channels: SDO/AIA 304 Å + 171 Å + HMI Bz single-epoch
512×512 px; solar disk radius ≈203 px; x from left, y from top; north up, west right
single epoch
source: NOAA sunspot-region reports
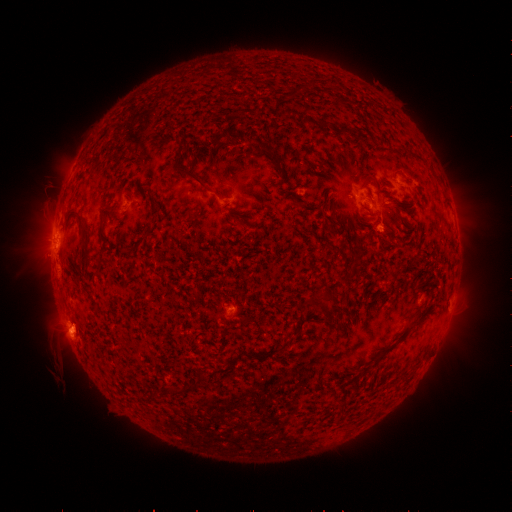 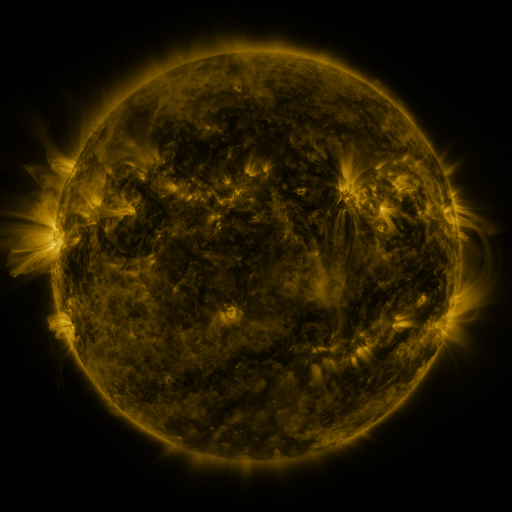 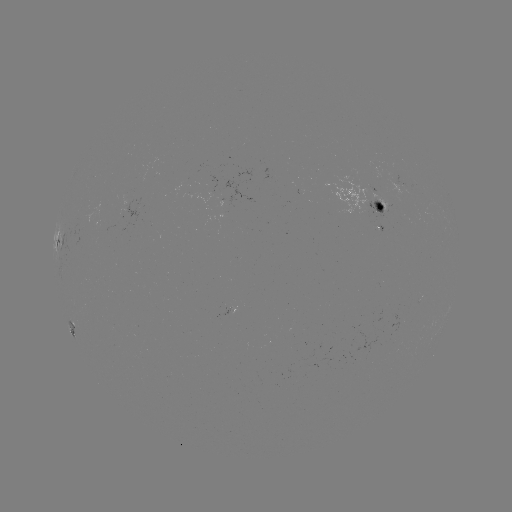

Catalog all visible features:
spotted active region: (369, 201)
spotted active region: (57, 240)
spotted active region: (70, 331)
